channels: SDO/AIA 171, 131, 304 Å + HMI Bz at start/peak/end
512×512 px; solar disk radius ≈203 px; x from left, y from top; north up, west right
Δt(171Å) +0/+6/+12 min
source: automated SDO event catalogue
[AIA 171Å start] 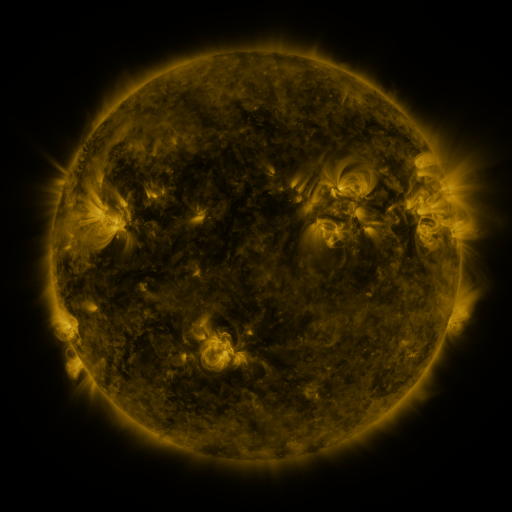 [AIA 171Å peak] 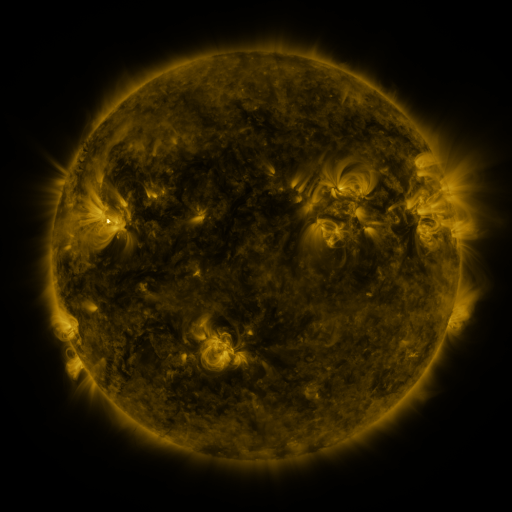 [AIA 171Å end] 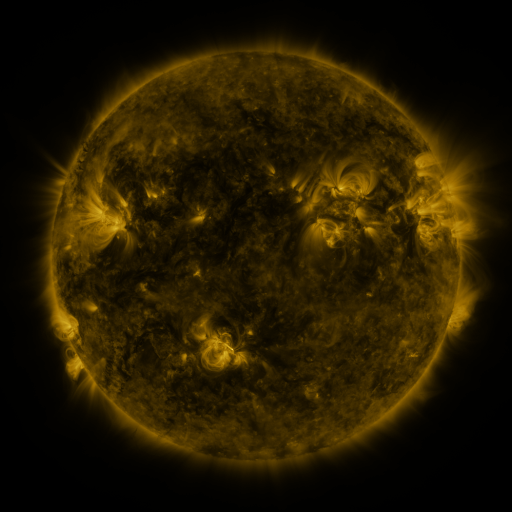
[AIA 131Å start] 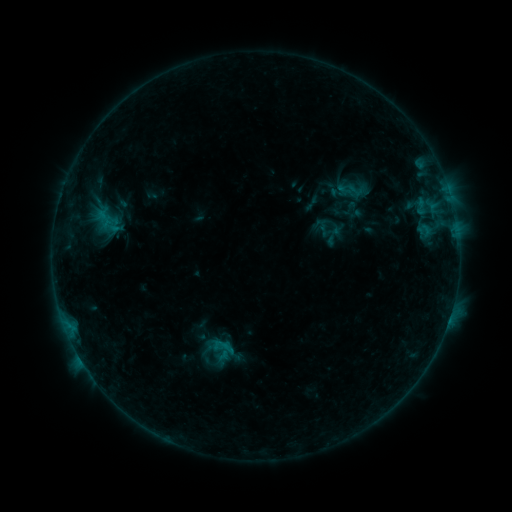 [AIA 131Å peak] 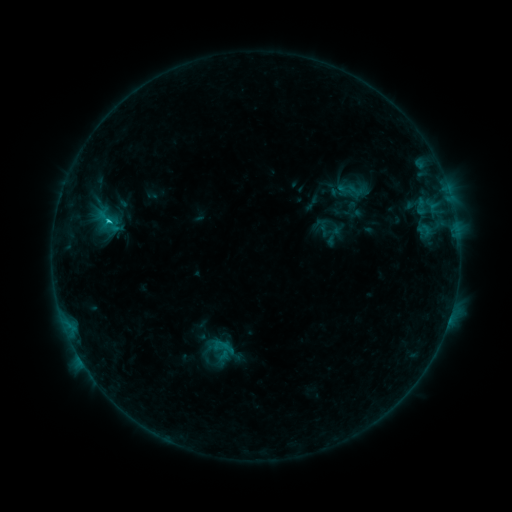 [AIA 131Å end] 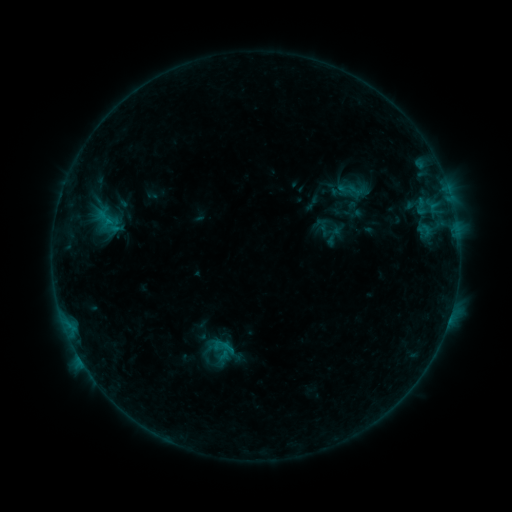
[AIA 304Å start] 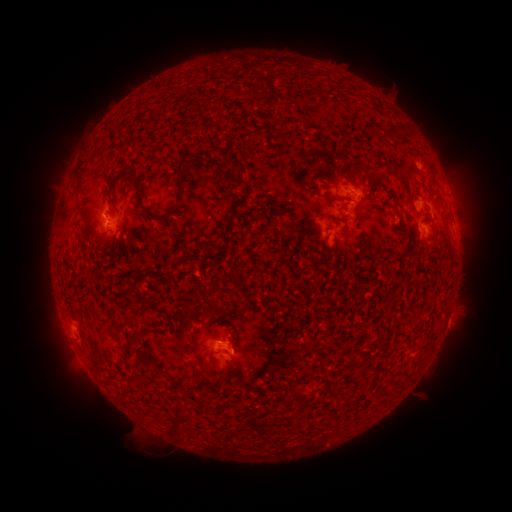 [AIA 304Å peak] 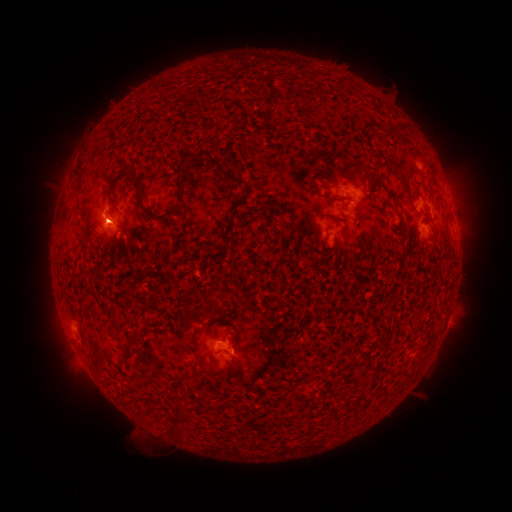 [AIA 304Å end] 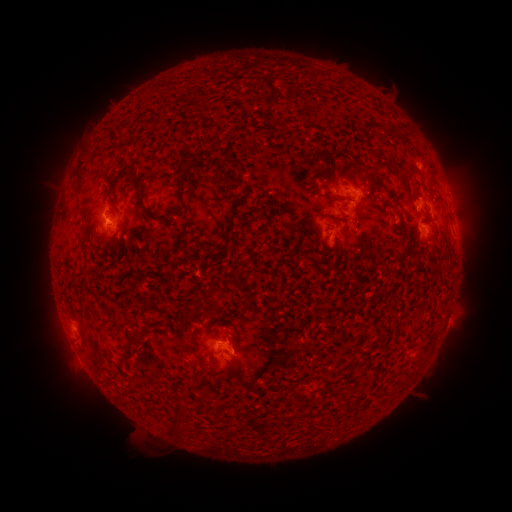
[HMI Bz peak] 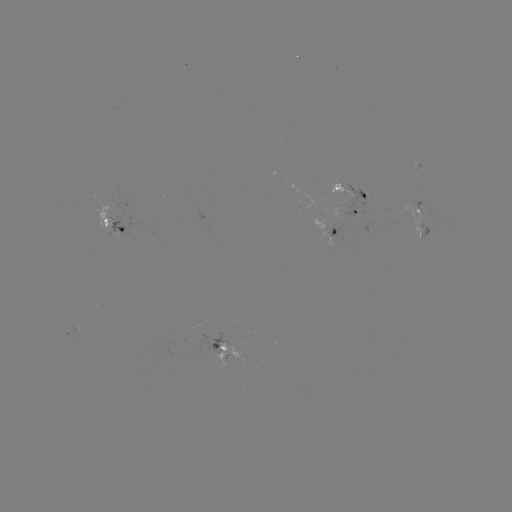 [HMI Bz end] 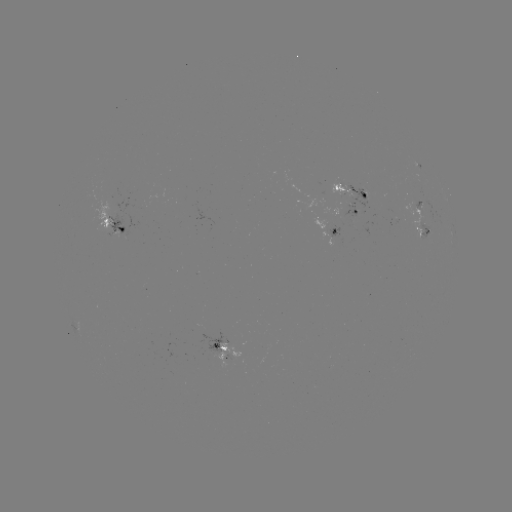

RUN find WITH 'B8.9 flare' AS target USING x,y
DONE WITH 109,223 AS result